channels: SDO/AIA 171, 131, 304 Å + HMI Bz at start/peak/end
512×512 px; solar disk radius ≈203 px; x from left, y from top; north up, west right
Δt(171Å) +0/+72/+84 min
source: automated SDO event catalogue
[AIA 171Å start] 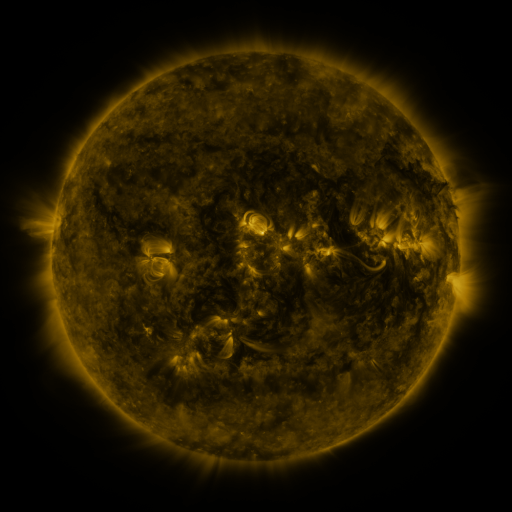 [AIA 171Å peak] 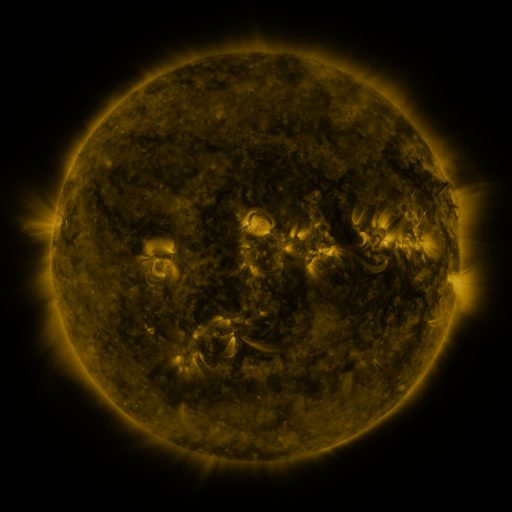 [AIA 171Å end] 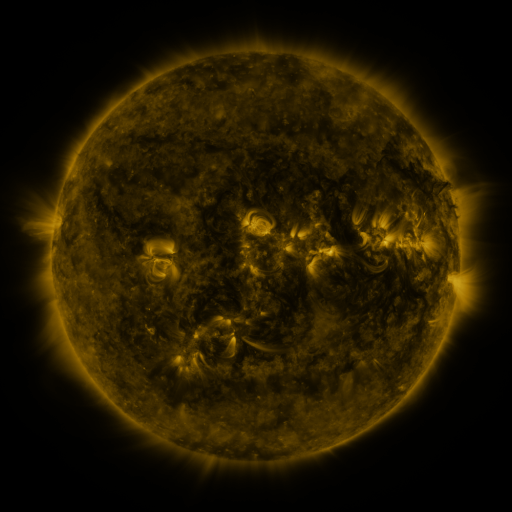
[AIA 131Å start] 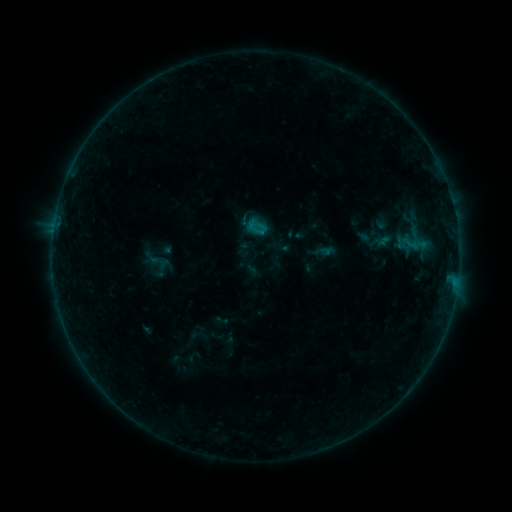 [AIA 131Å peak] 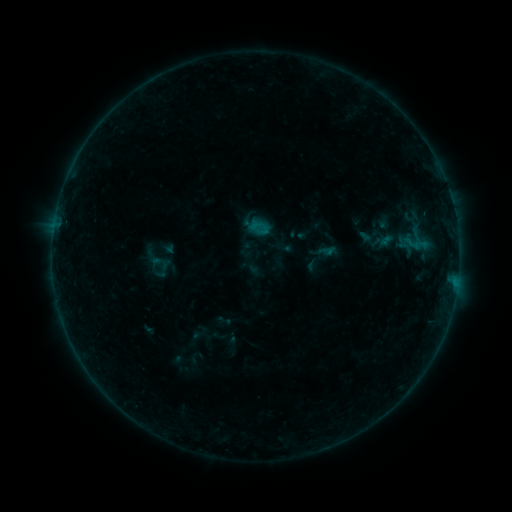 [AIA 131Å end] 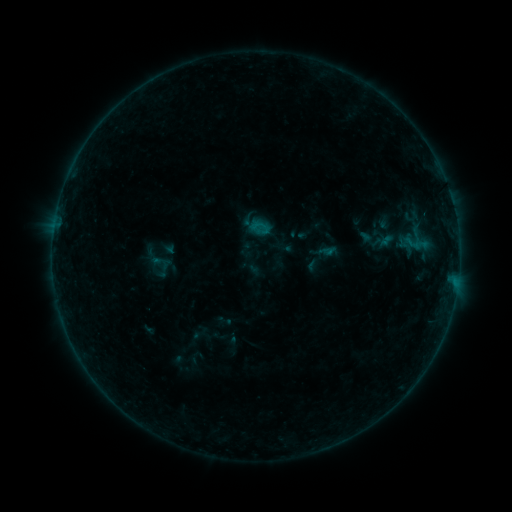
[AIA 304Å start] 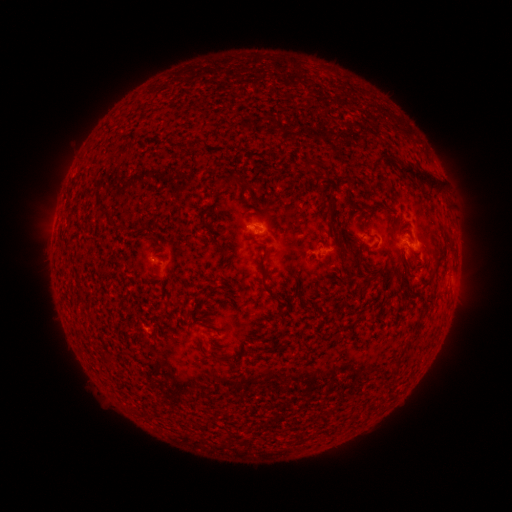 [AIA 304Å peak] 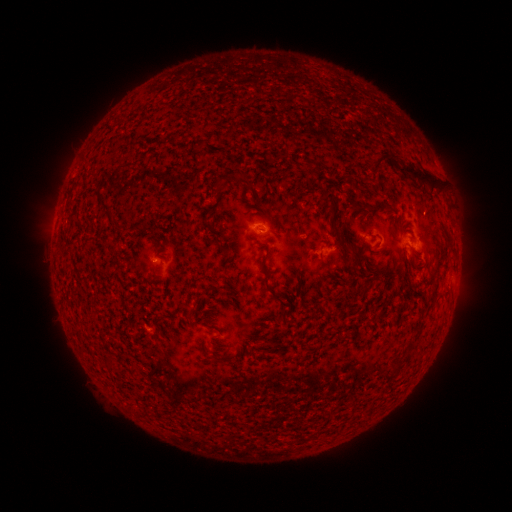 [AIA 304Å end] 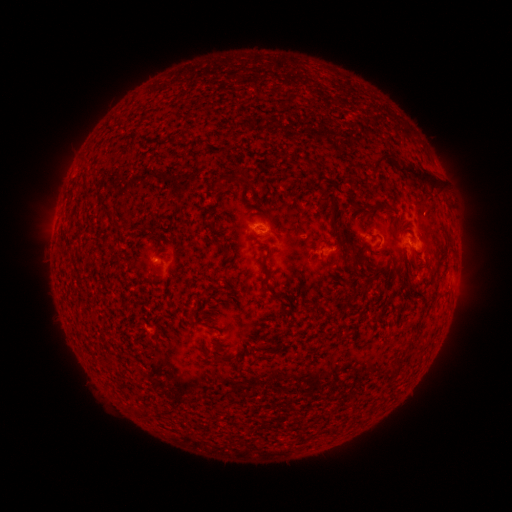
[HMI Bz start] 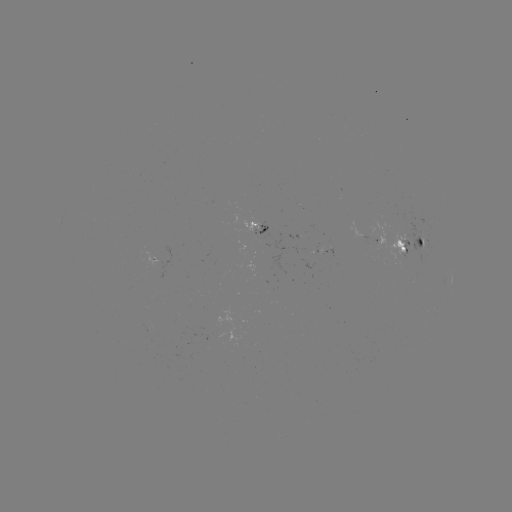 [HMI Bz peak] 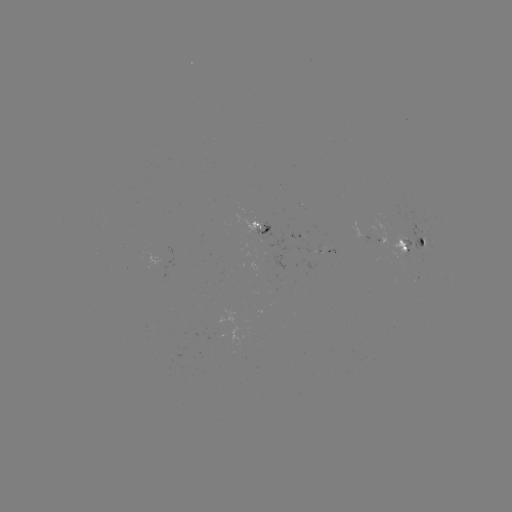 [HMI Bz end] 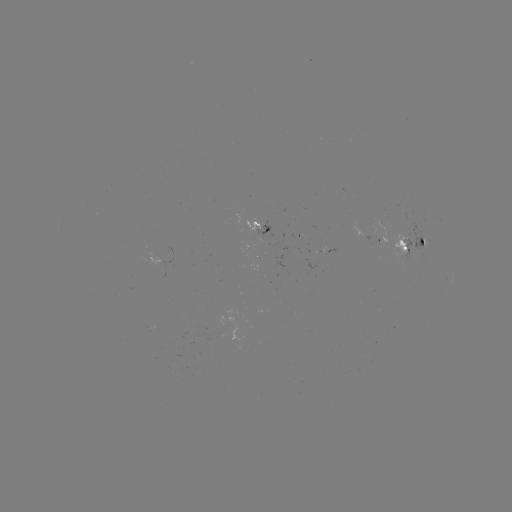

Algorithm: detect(emerging-flux region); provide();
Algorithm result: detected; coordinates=(378, 244)